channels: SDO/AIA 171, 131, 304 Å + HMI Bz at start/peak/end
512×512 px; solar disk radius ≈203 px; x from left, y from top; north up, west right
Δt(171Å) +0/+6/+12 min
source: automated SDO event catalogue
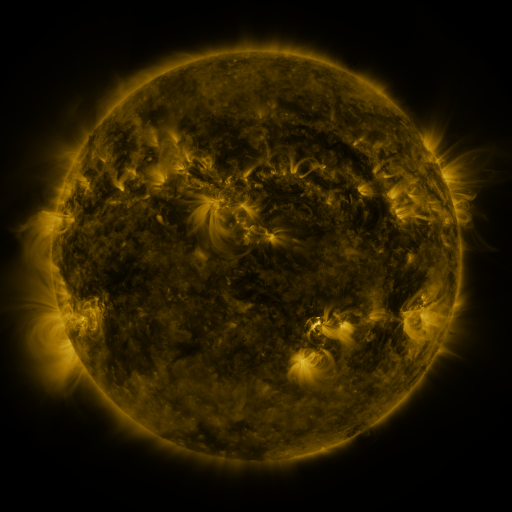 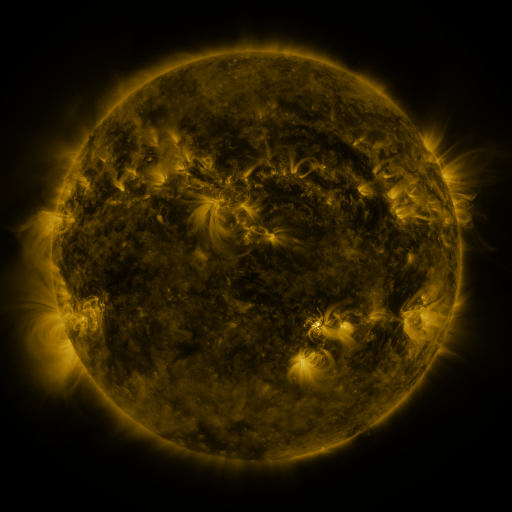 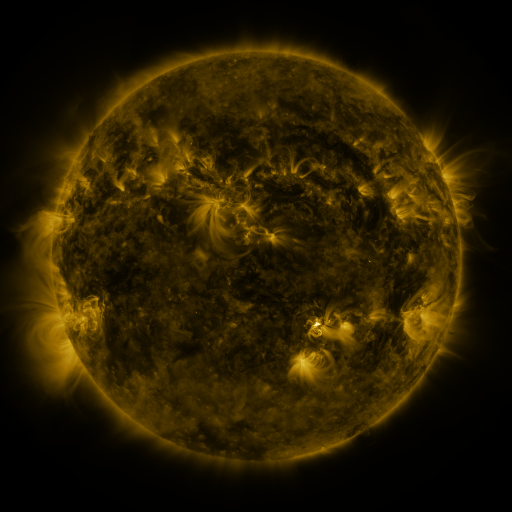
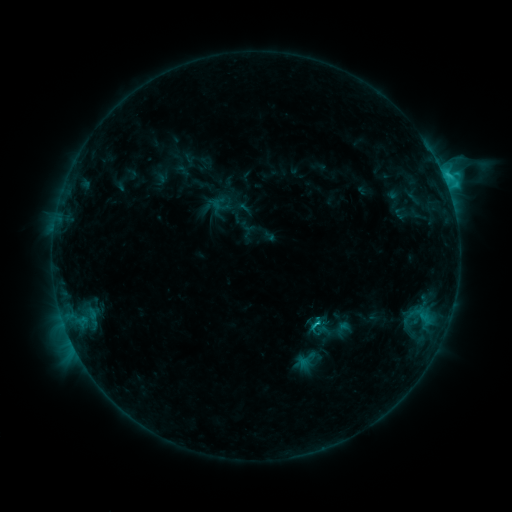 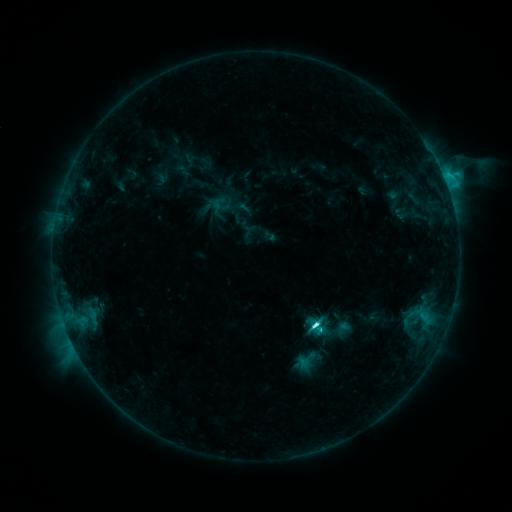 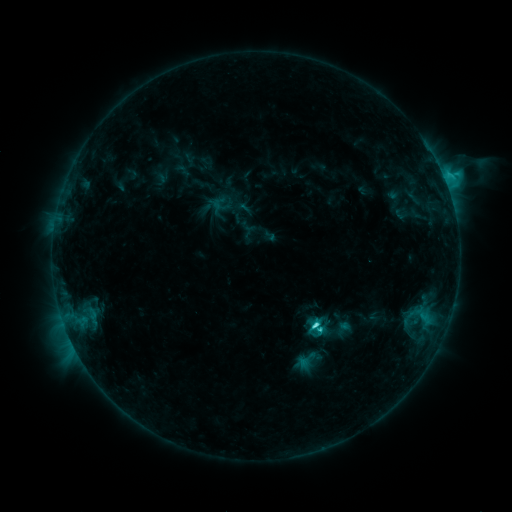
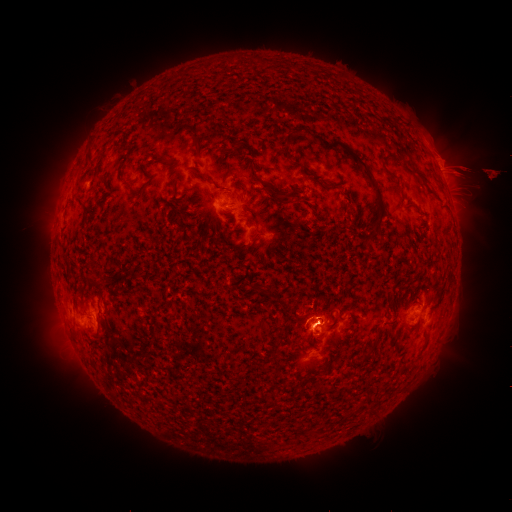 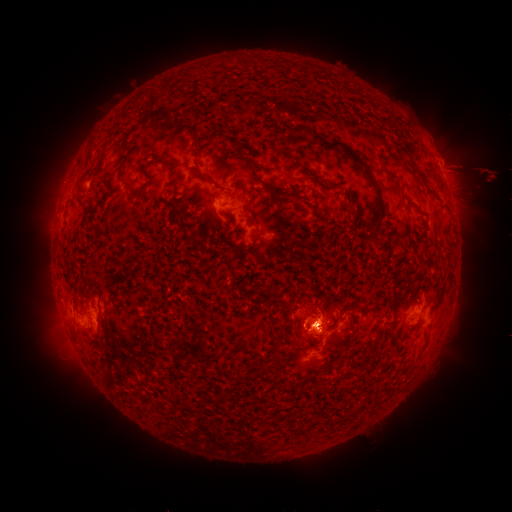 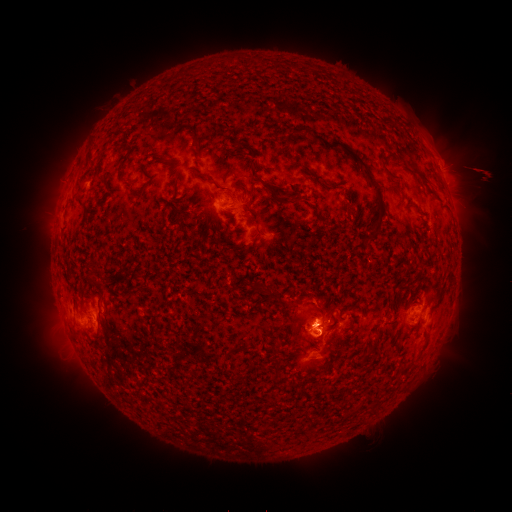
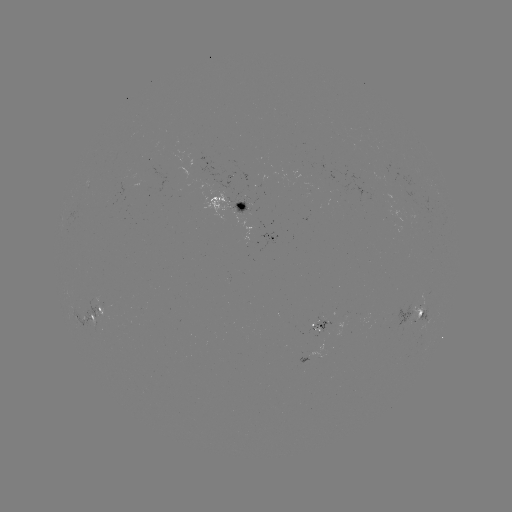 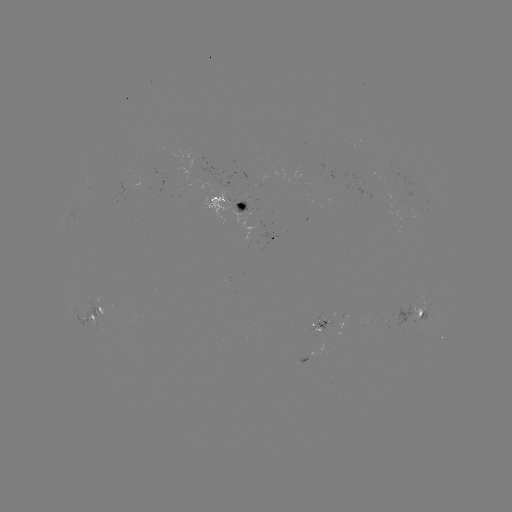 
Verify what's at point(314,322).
C5.5 flare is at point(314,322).